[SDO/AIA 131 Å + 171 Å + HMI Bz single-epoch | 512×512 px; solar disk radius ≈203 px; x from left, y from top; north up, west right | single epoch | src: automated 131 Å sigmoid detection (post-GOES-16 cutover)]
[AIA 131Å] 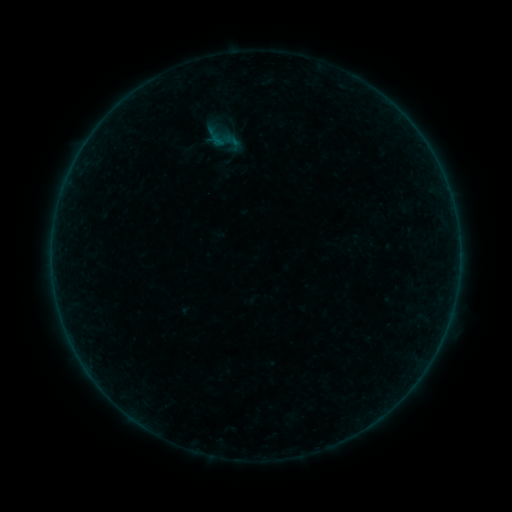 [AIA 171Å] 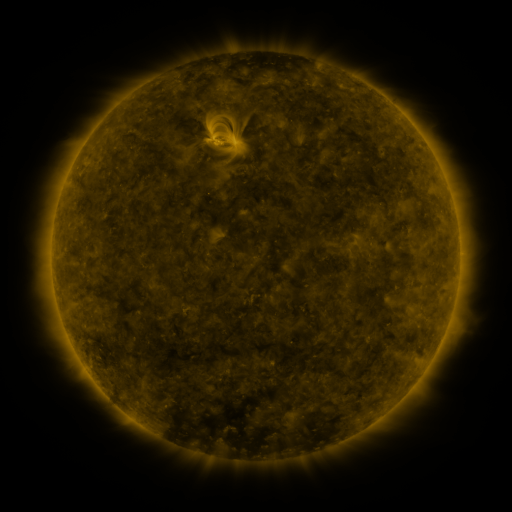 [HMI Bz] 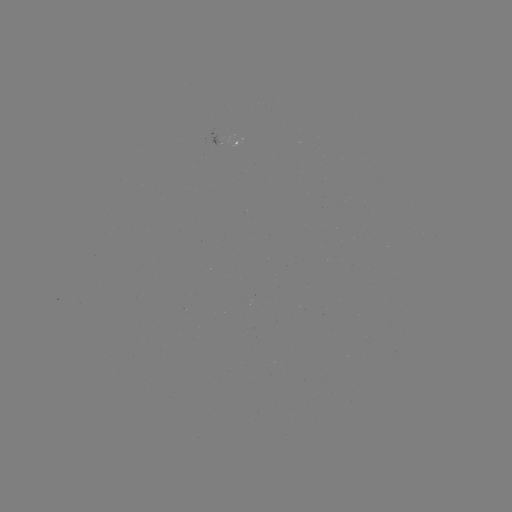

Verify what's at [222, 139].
sigmoid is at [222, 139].